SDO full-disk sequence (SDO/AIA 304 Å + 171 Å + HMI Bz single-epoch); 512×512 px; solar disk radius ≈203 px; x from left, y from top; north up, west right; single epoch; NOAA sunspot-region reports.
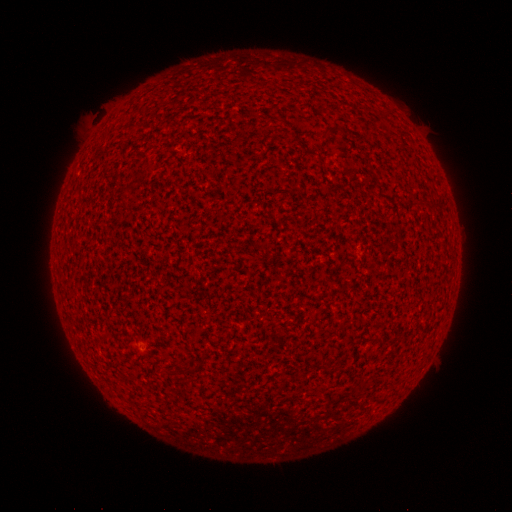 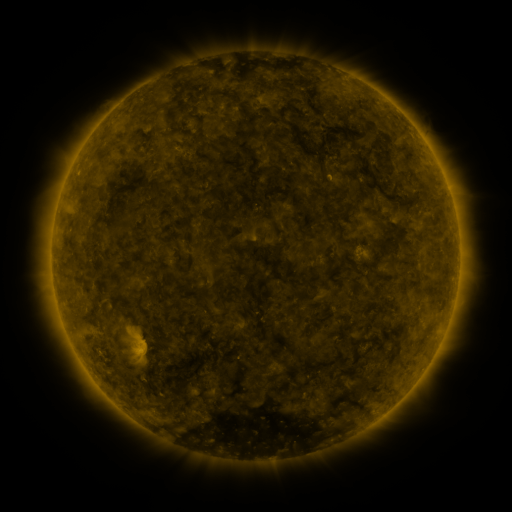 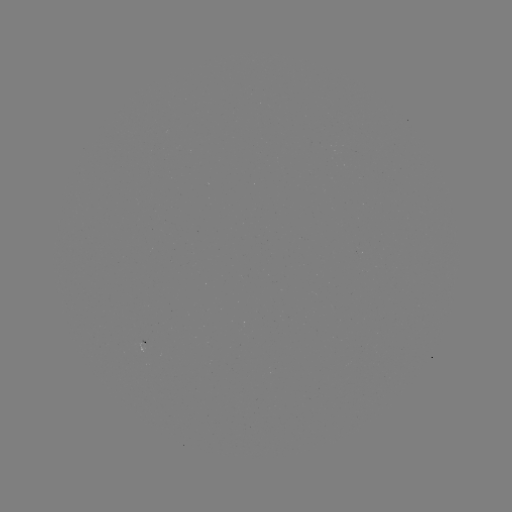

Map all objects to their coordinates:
(none)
